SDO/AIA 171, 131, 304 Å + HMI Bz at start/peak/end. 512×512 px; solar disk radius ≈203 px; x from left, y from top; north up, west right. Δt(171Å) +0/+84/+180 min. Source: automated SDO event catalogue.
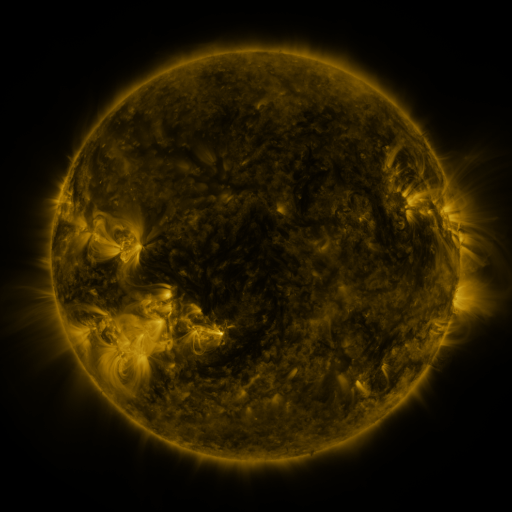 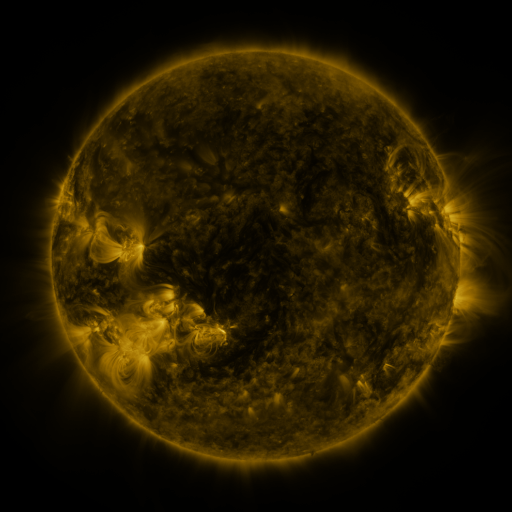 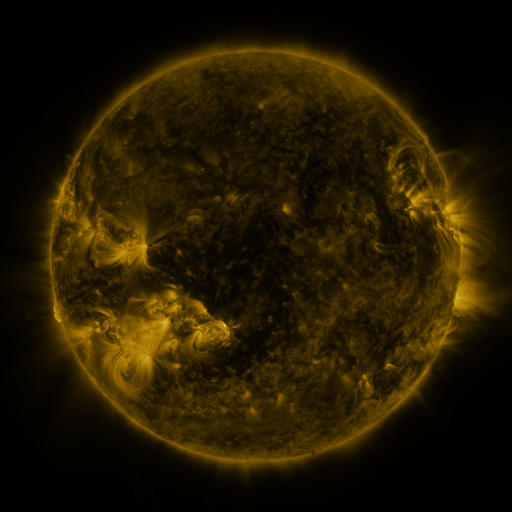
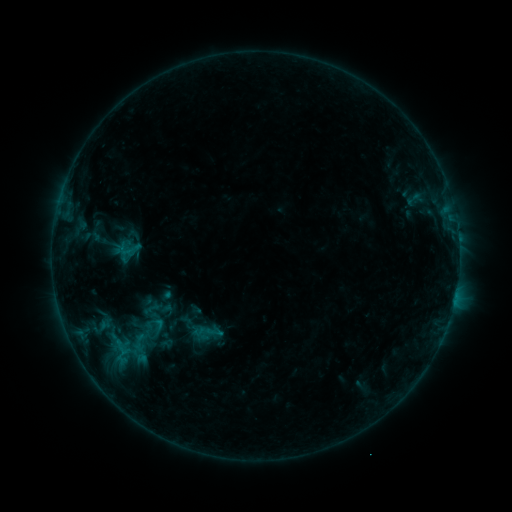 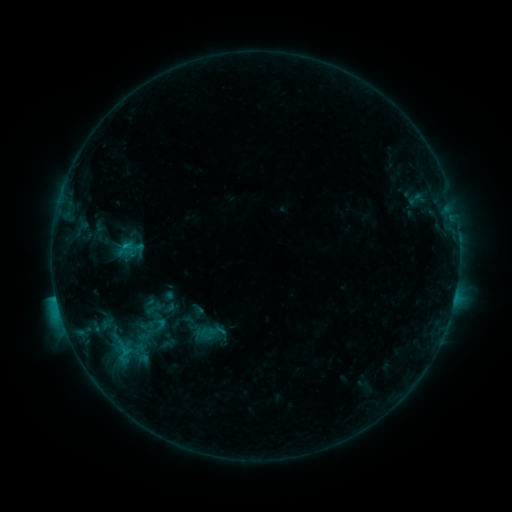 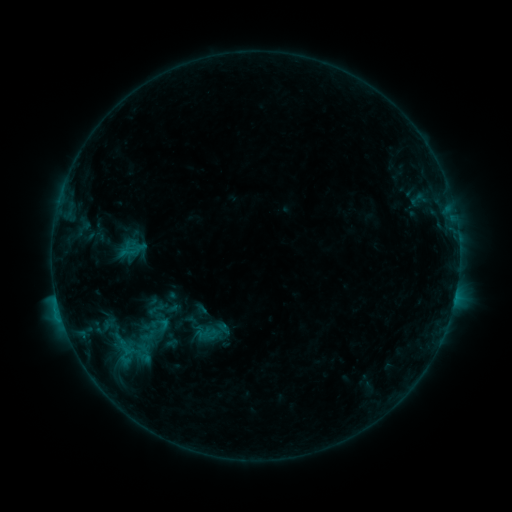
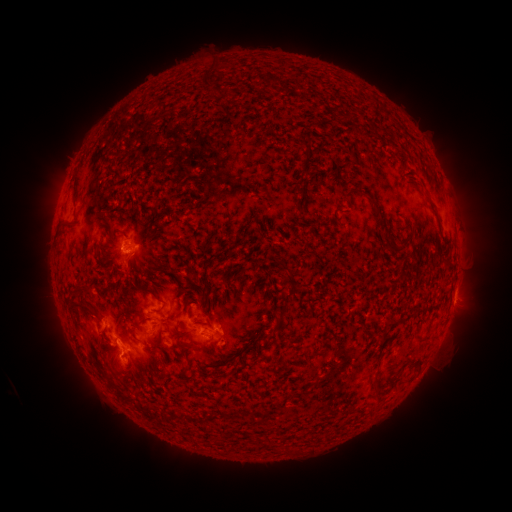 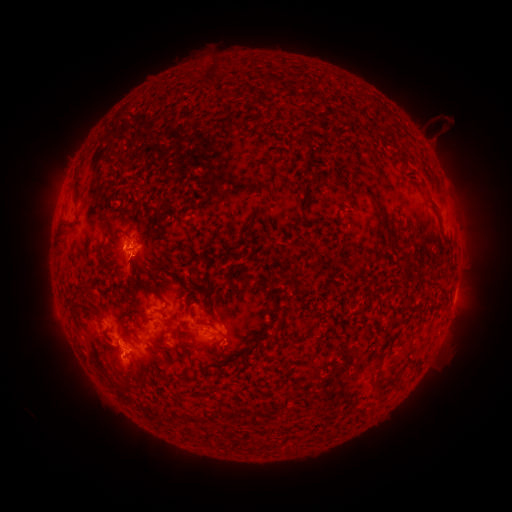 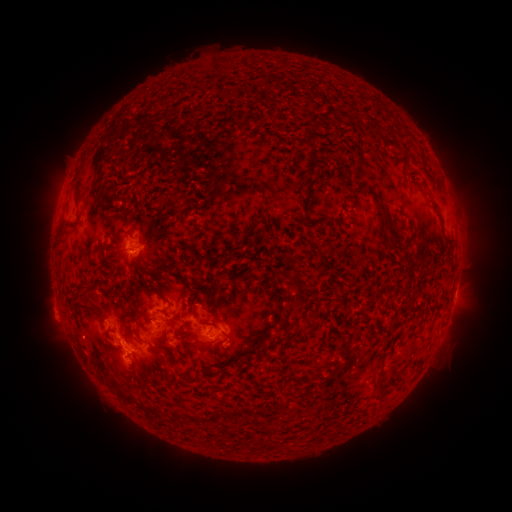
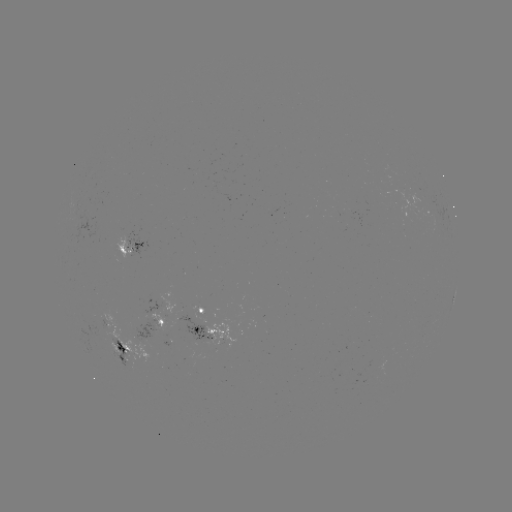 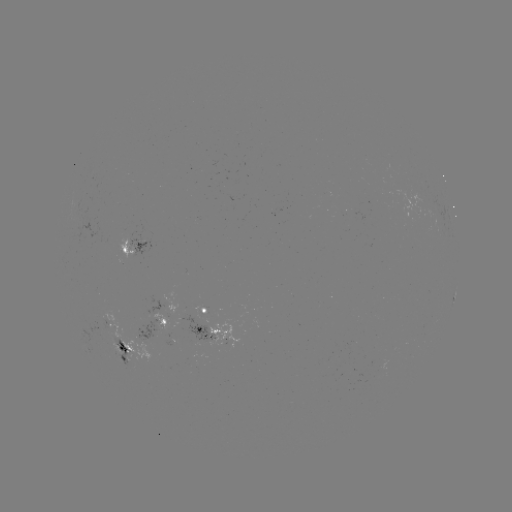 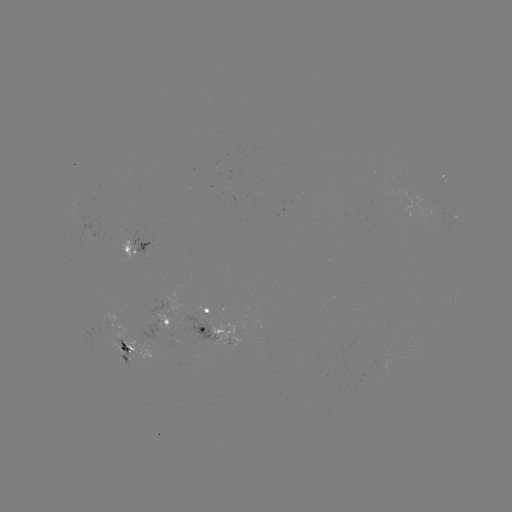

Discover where C2.4 flare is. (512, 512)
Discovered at [57, 298].